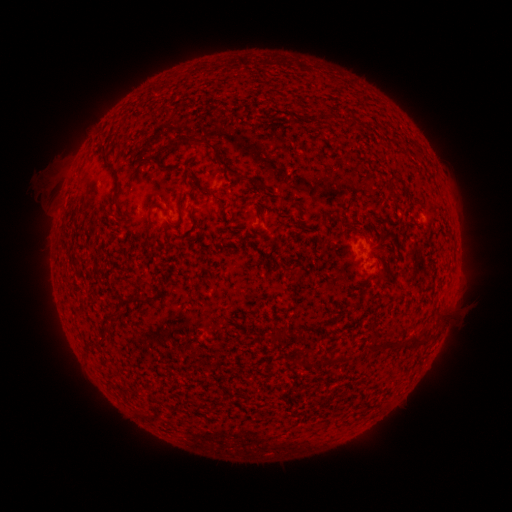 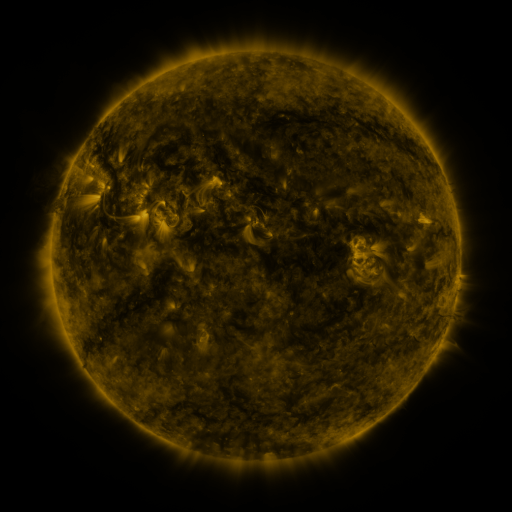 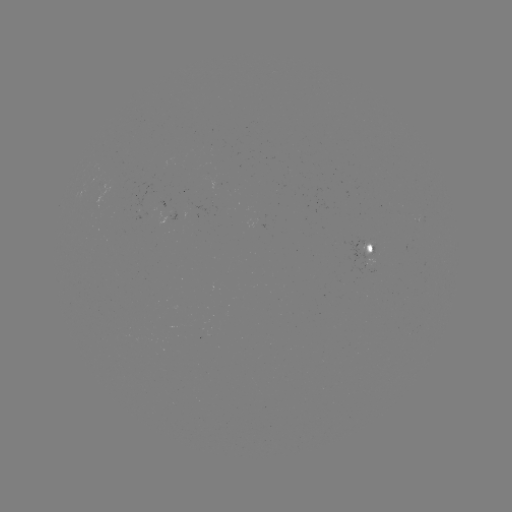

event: spotted active region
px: (375, 255)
